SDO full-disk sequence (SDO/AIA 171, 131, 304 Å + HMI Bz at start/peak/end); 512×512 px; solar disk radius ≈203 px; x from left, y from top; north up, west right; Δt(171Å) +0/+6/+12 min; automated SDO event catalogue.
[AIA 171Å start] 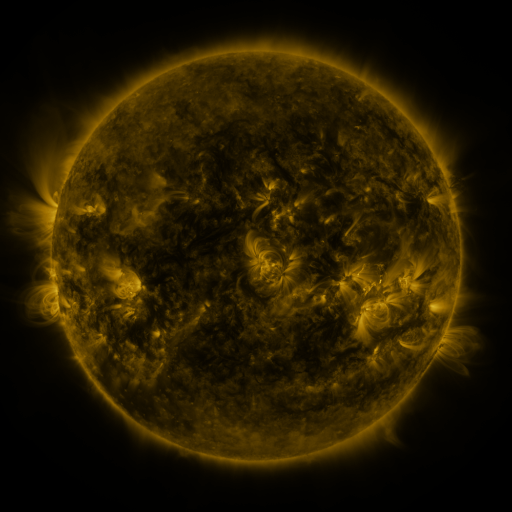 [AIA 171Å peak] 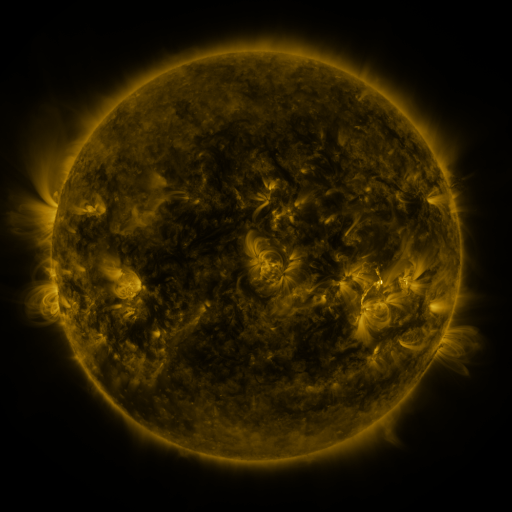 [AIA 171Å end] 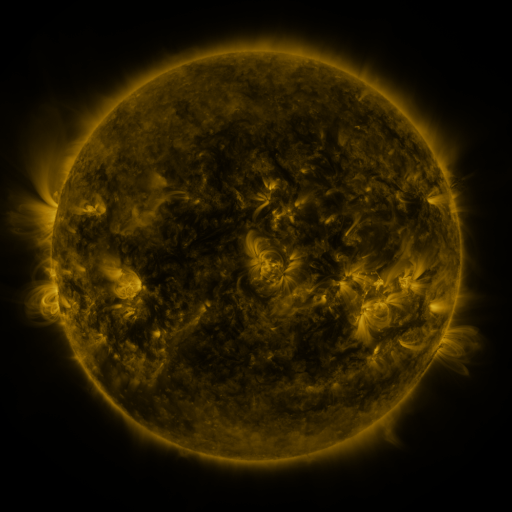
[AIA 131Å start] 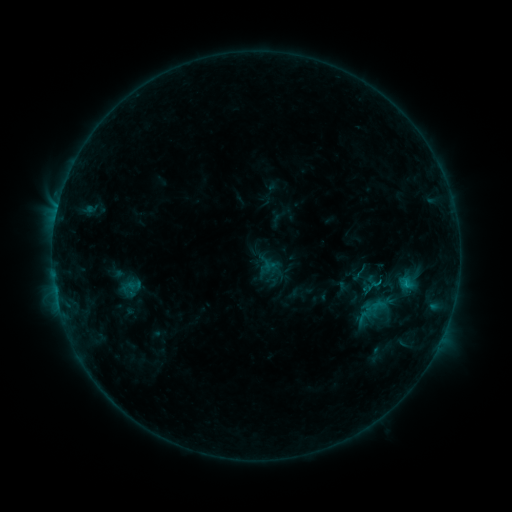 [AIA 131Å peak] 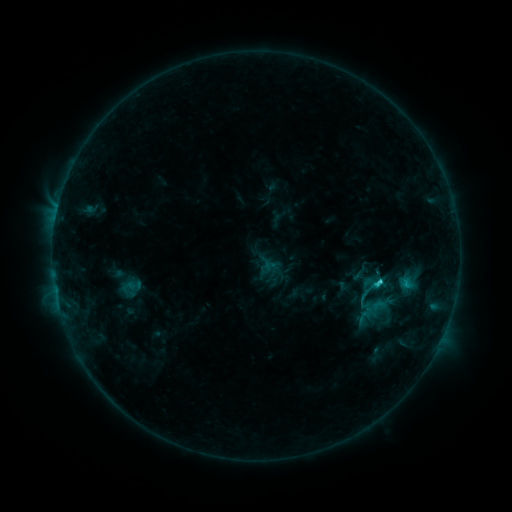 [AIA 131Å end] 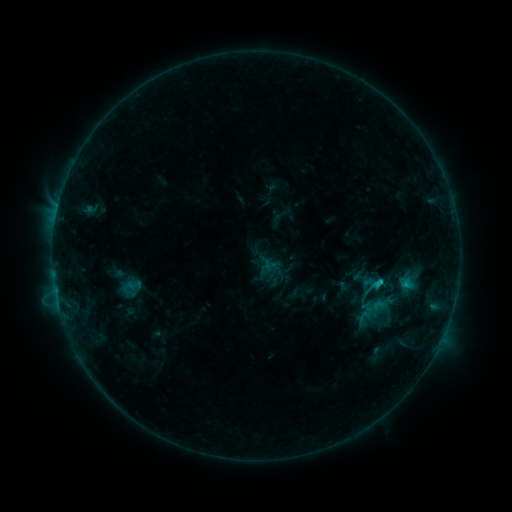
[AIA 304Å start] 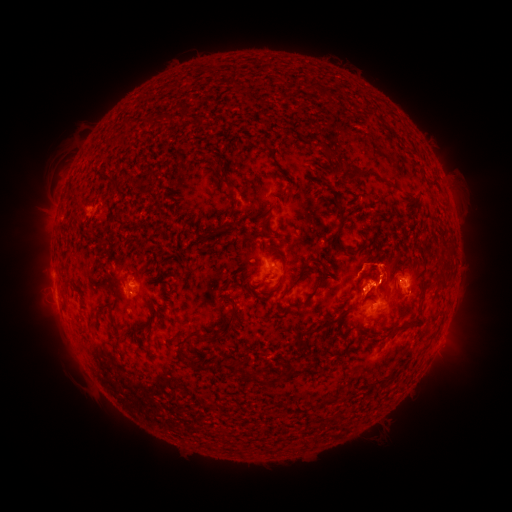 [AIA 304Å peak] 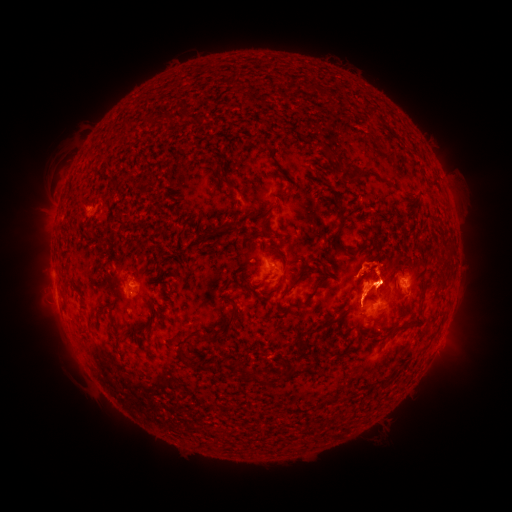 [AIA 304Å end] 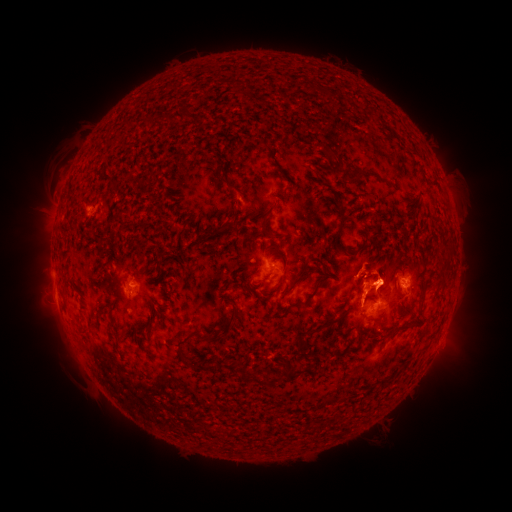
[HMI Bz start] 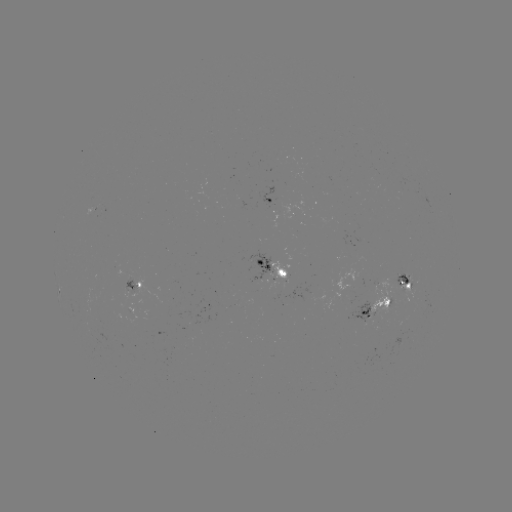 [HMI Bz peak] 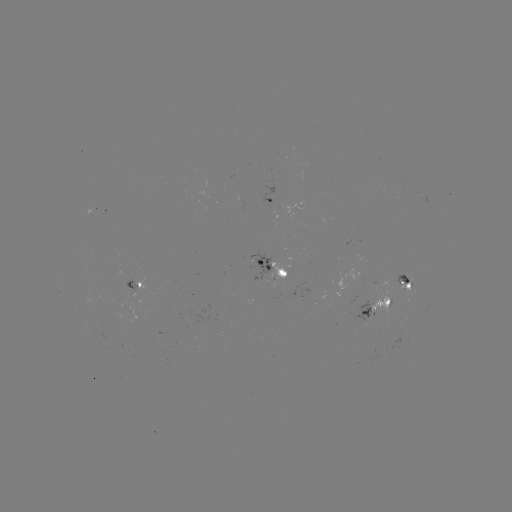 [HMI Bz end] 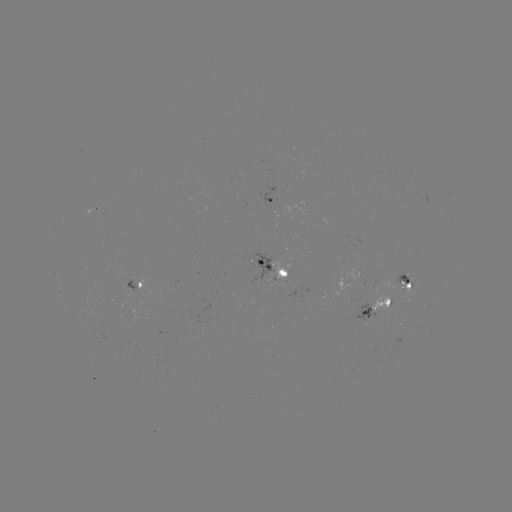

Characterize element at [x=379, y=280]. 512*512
C1.8 flare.